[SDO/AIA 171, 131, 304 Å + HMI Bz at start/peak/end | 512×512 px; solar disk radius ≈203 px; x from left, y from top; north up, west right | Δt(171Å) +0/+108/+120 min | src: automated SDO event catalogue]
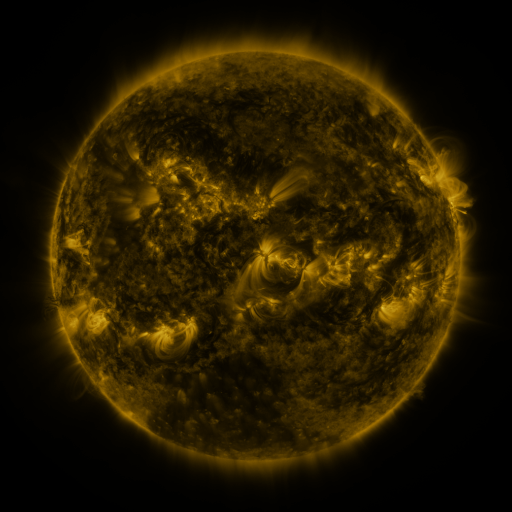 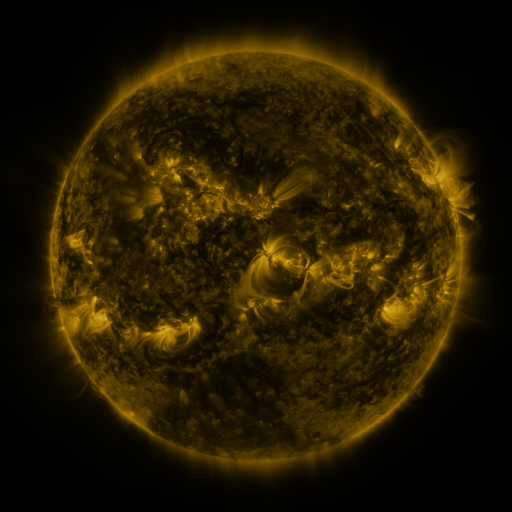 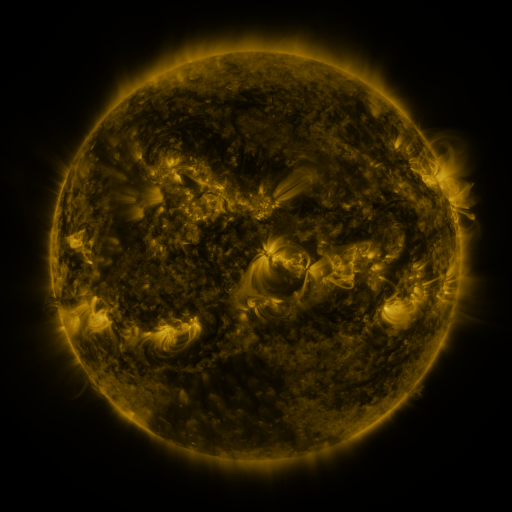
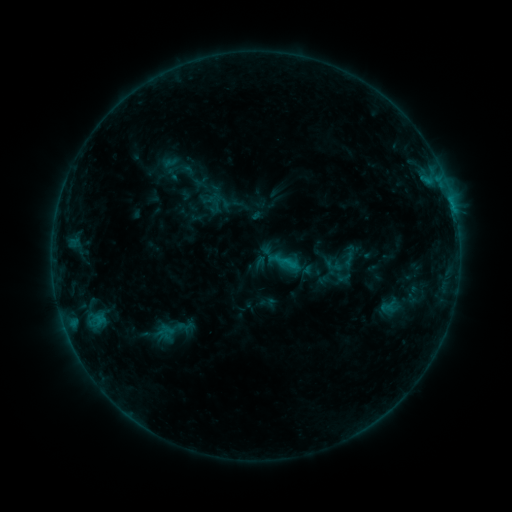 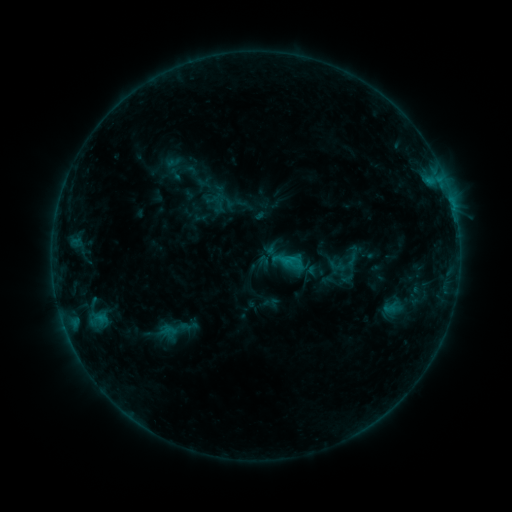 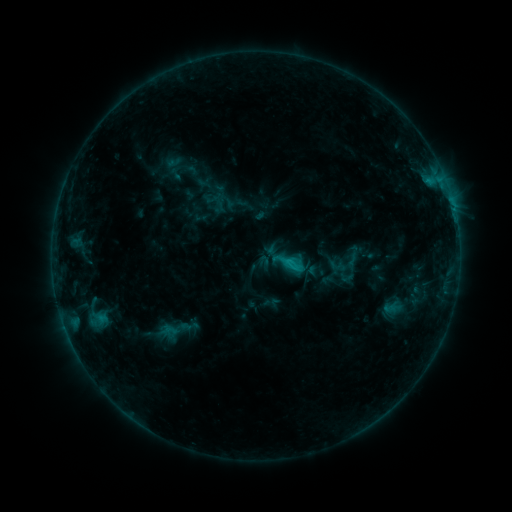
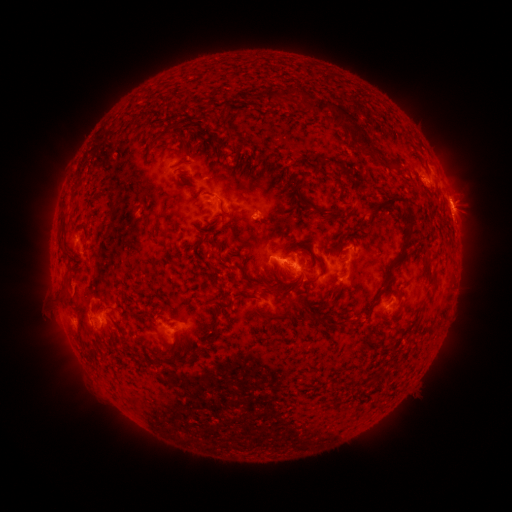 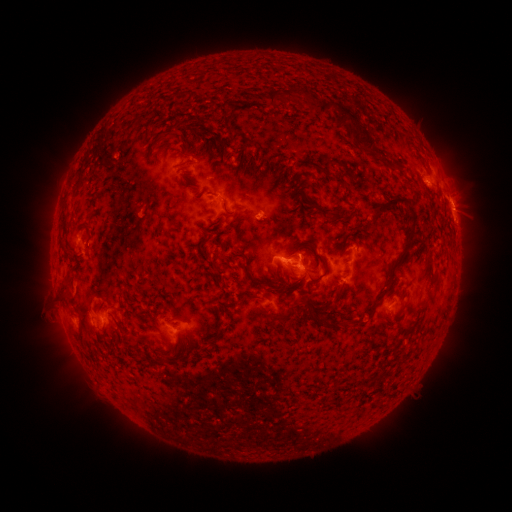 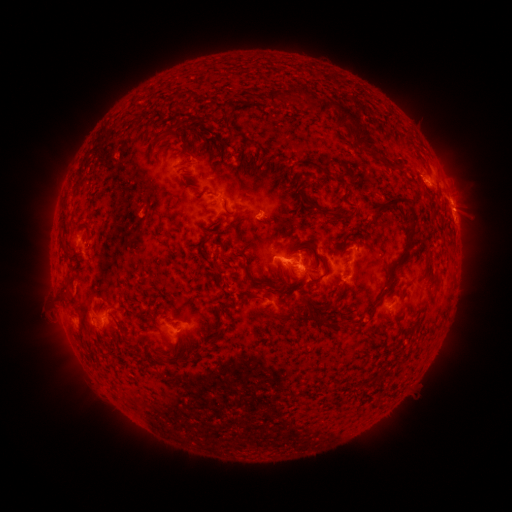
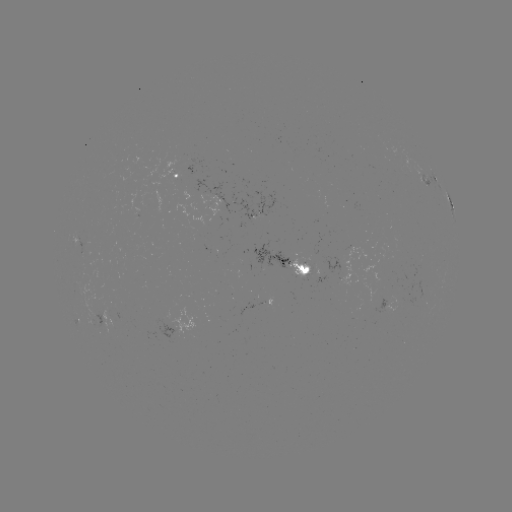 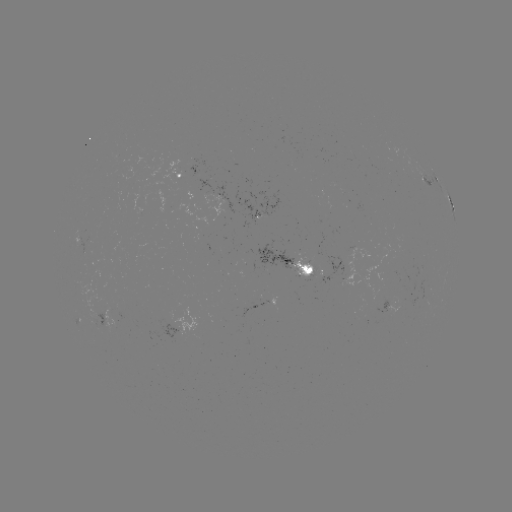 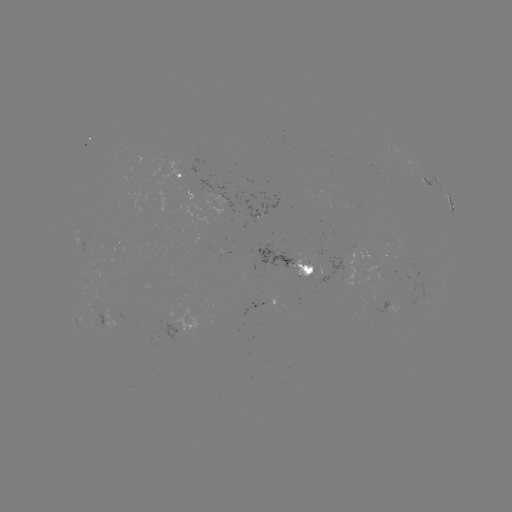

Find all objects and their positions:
emerging-flux region: (317, 273)
